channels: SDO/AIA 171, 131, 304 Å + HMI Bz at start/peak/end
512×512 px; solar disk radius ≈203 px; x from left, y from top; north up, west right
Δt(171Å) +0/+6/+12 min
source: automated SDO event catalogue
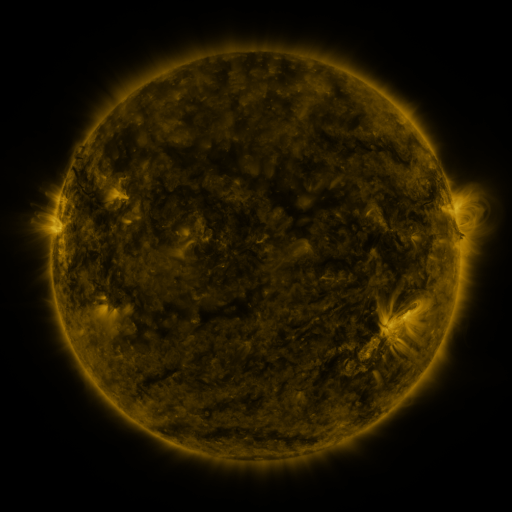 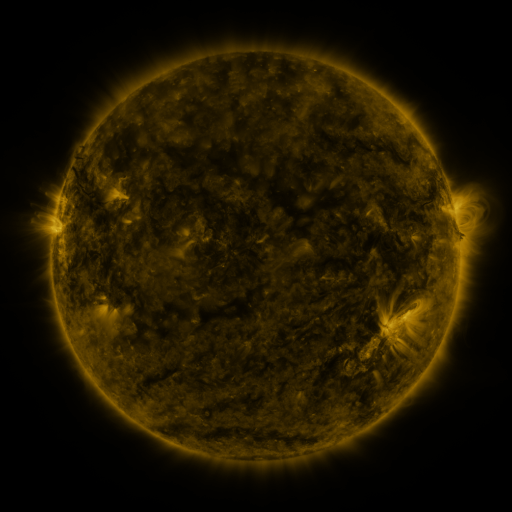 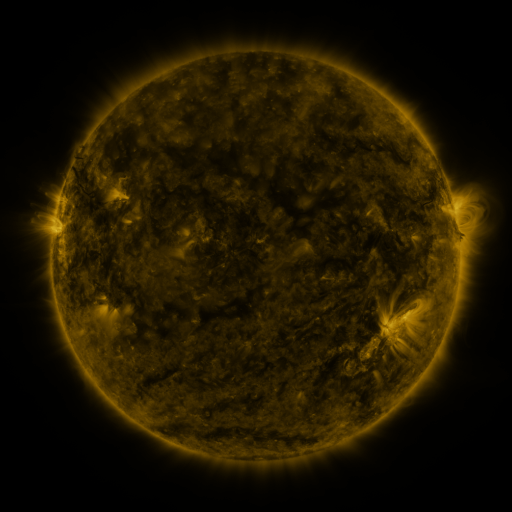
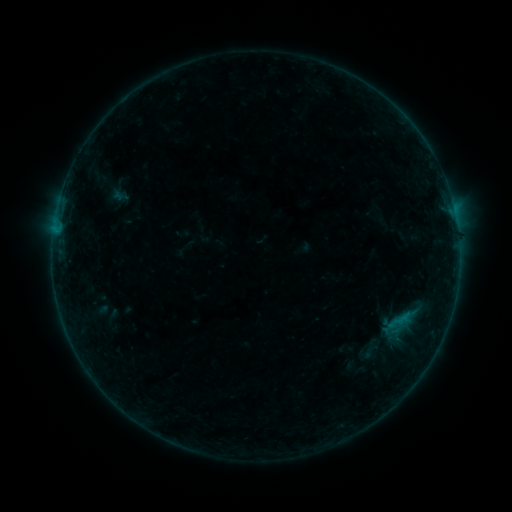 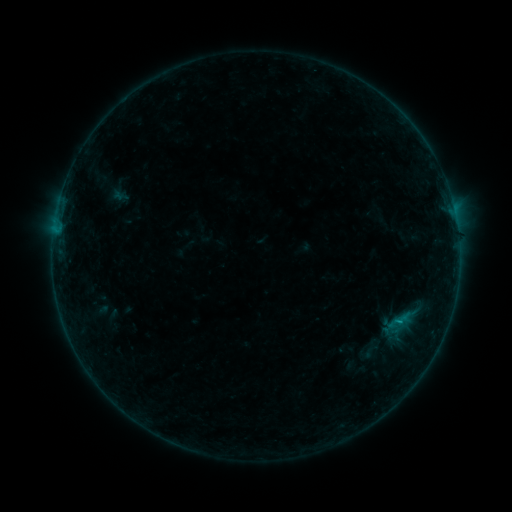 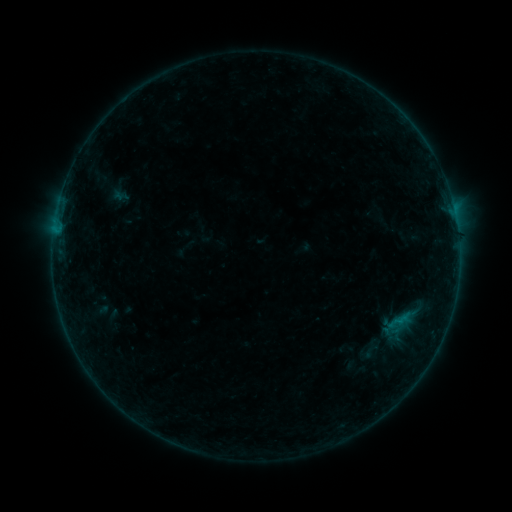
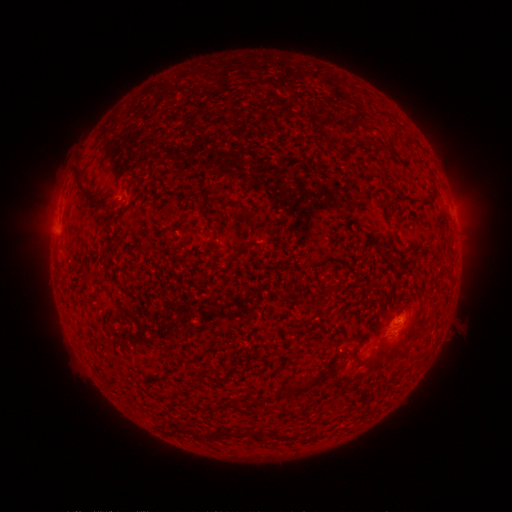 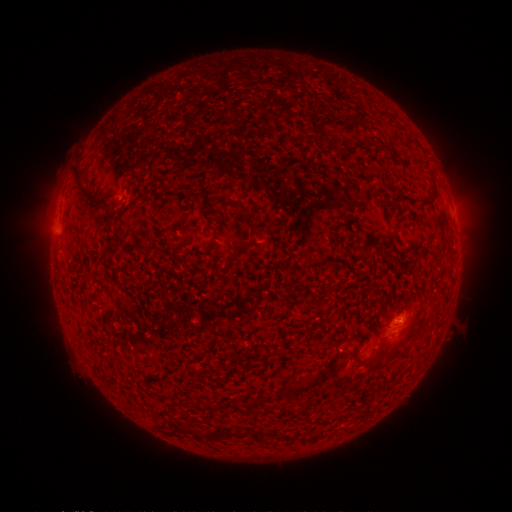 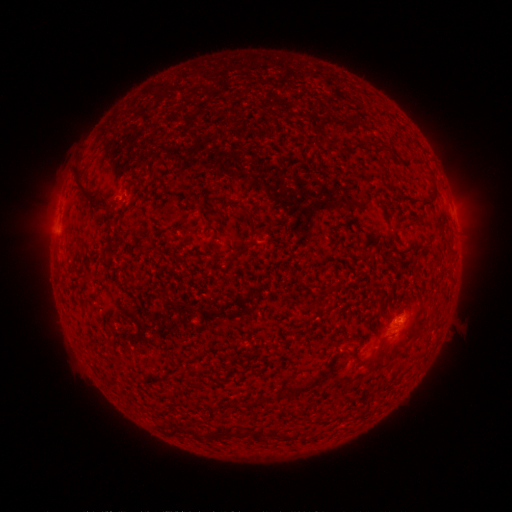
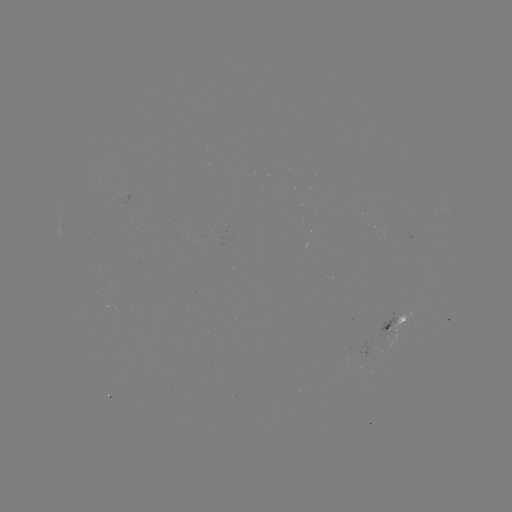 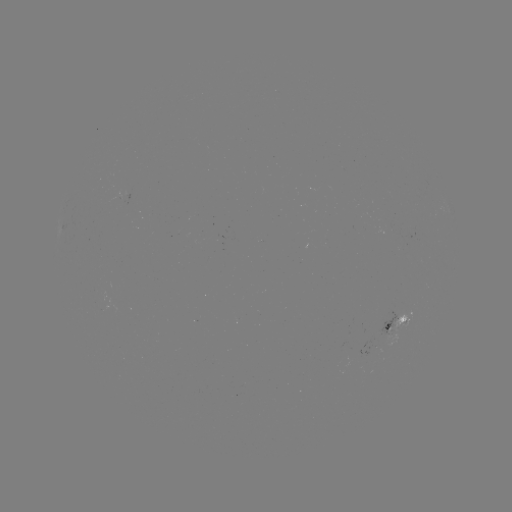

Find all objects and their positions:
B2.5 flare: (398, 321)
